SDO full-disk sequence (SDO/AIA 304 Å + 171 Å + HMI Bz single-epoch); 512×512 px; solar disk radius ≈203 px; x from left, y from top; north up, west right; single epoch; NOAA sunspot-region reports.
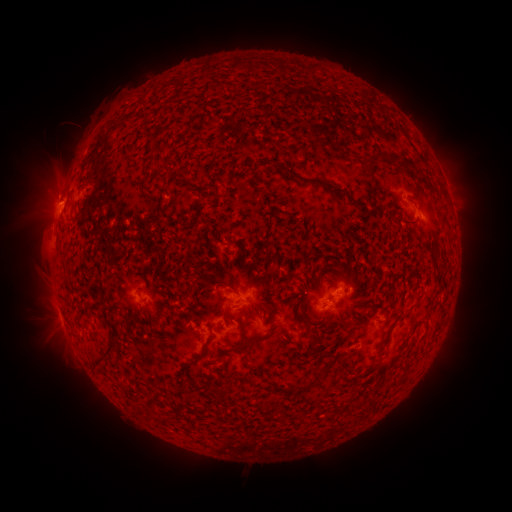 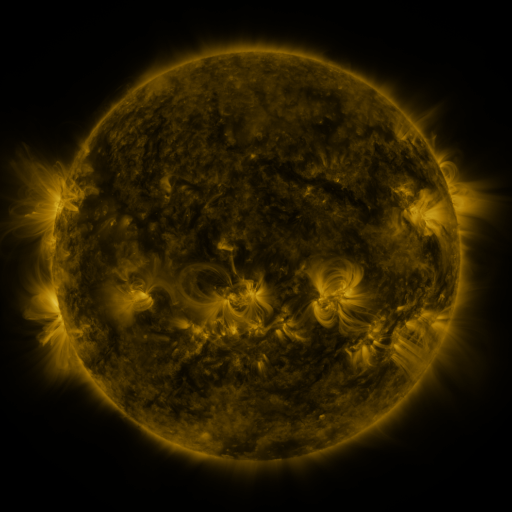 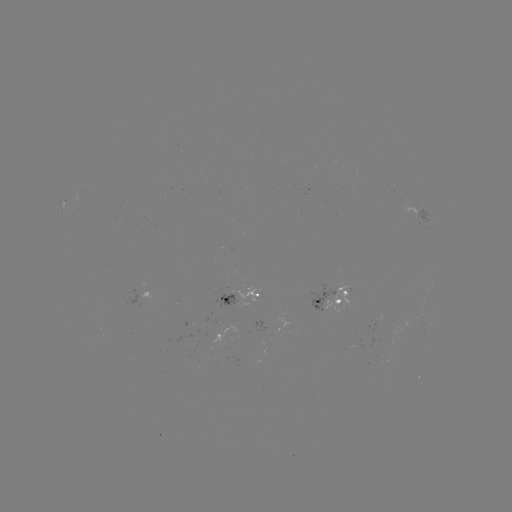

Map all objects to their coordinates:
spotted active region: (450, 196)
spotted active region: (426, 212)
spotted active region: (330, 295)
spotted active region: (245, 299)
